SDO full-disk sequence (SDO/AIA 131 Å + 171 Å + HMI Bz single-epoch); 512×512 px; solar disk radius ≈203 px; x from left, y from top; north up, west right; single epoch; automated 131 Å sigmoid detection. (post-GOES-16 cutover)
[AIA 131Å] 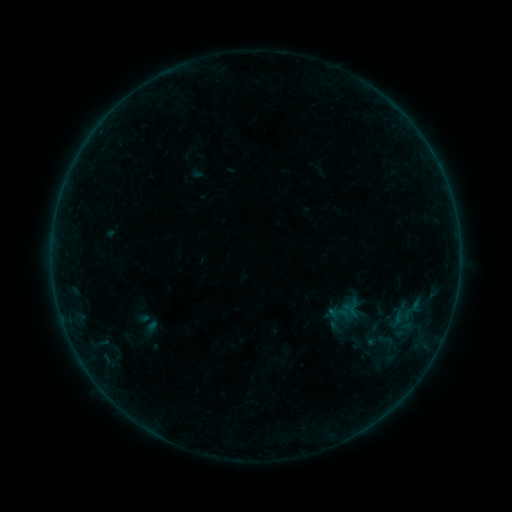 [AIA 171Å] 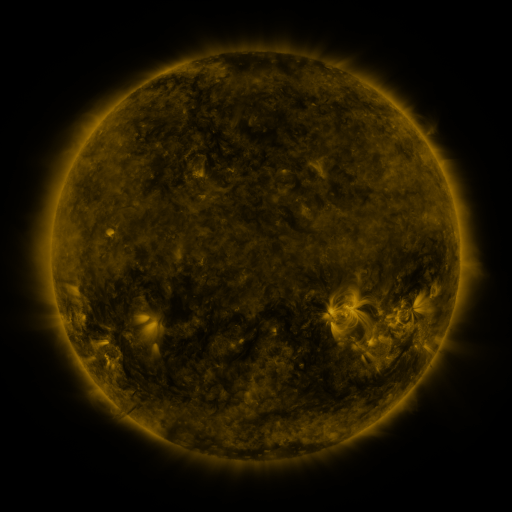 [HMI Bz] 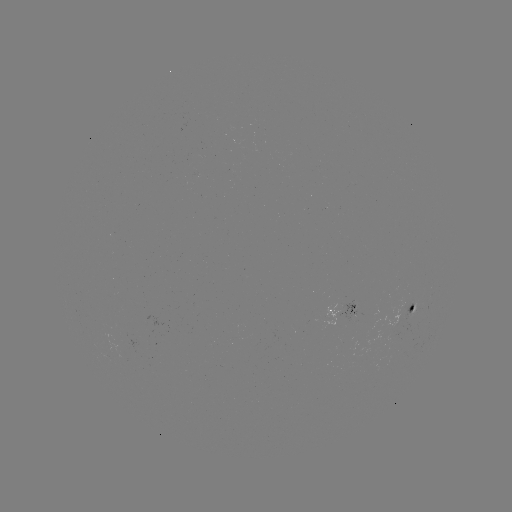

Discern sigmoid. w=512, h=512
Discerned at [379, 341].